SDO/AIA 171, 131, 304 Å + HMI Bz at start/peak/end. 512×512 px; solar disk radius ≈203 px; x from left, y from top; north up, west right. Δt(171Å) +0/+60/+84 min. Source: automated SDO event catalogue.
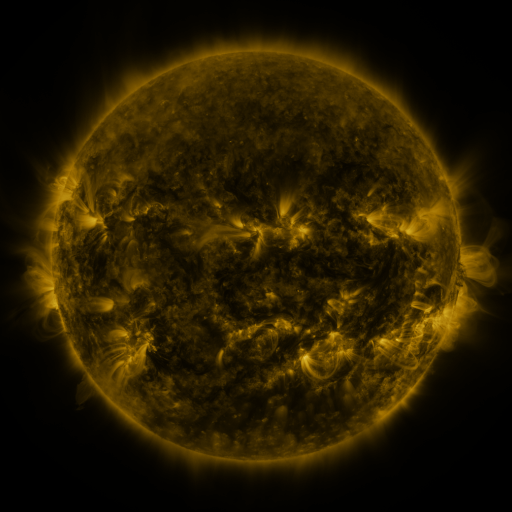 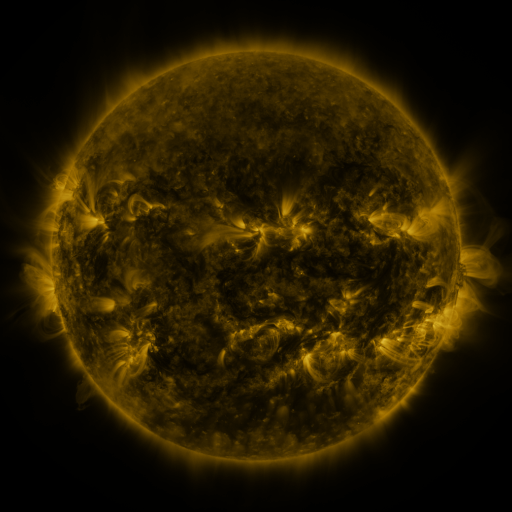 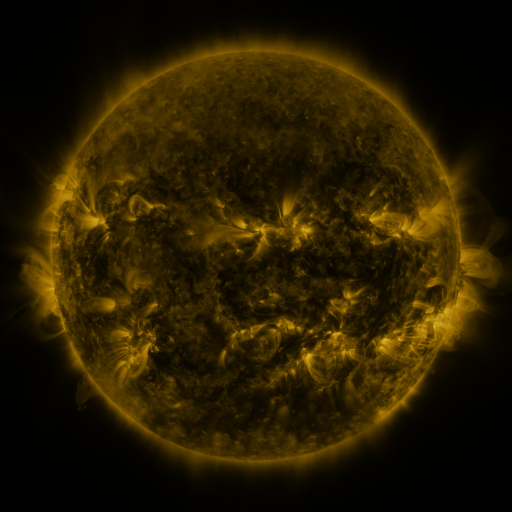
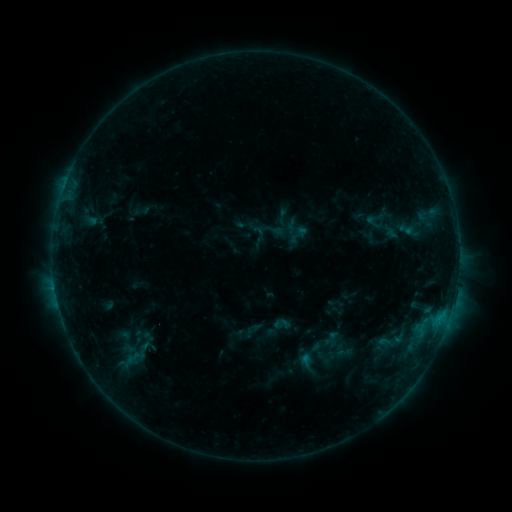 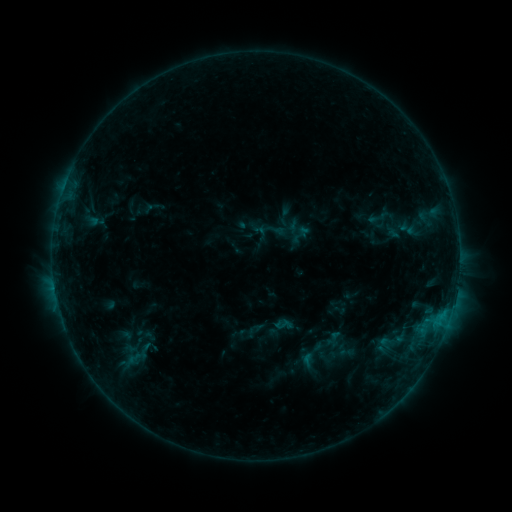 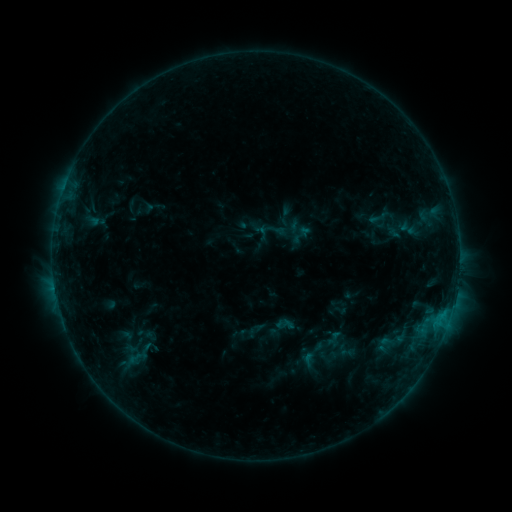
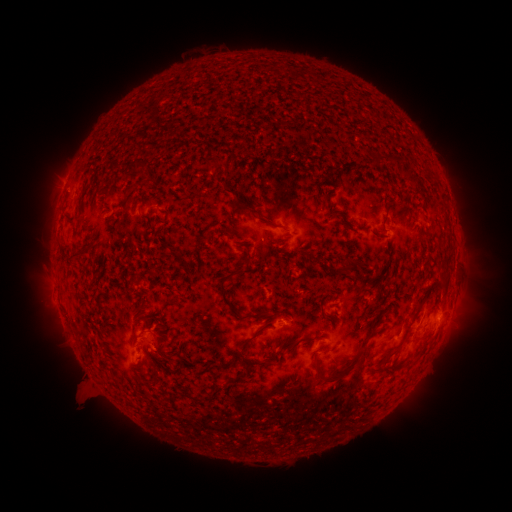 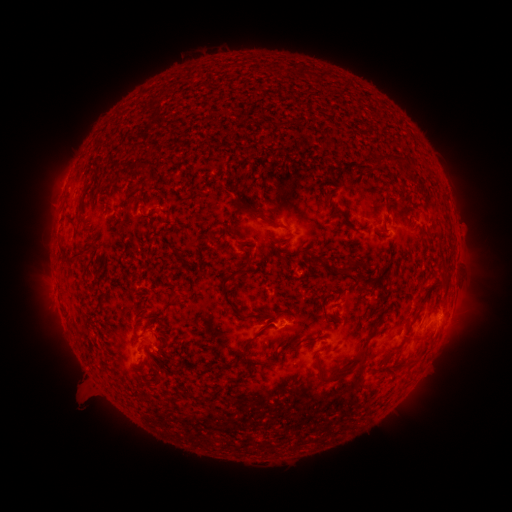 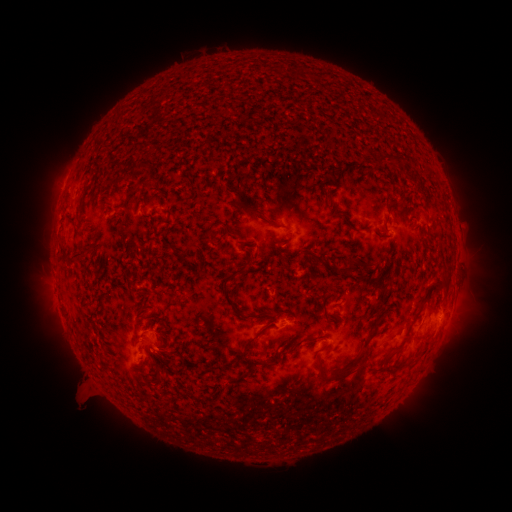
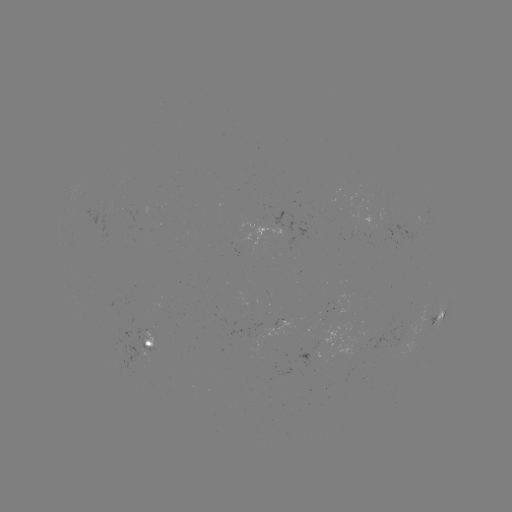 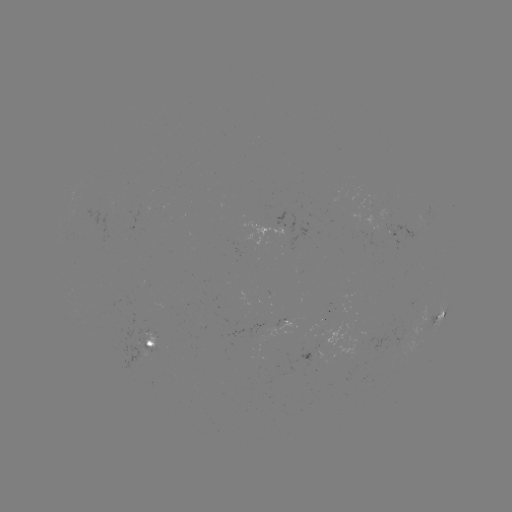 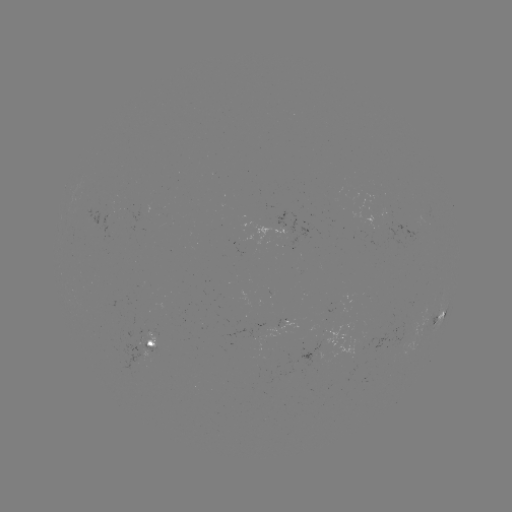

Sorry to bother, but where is emerging-flux region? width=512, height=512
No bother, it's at [316, 351].